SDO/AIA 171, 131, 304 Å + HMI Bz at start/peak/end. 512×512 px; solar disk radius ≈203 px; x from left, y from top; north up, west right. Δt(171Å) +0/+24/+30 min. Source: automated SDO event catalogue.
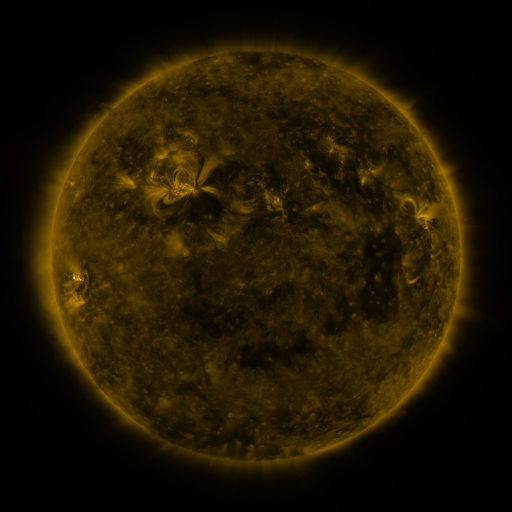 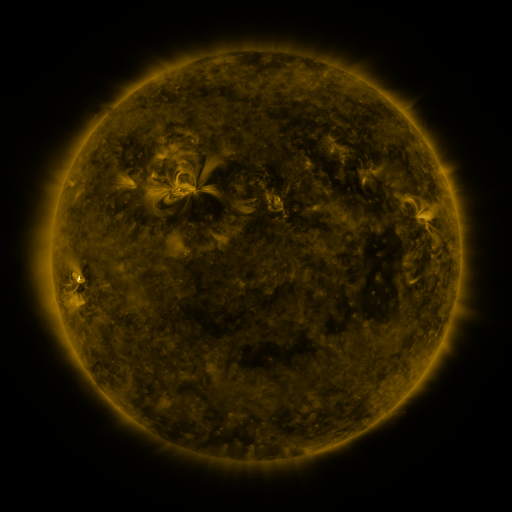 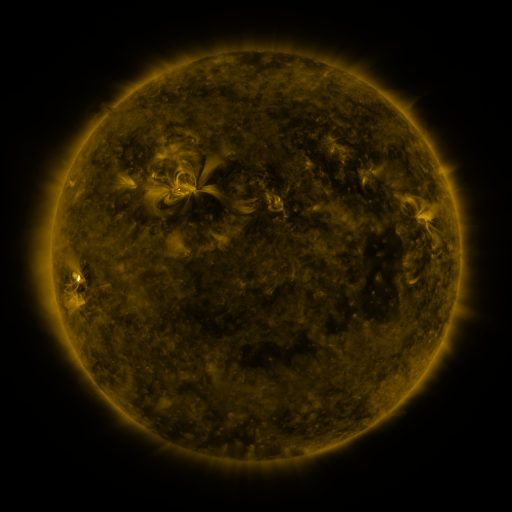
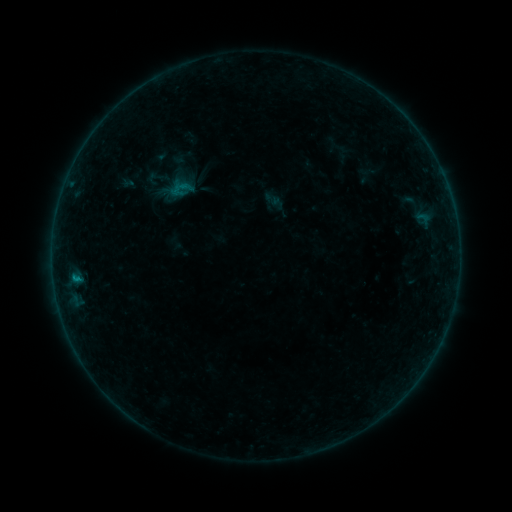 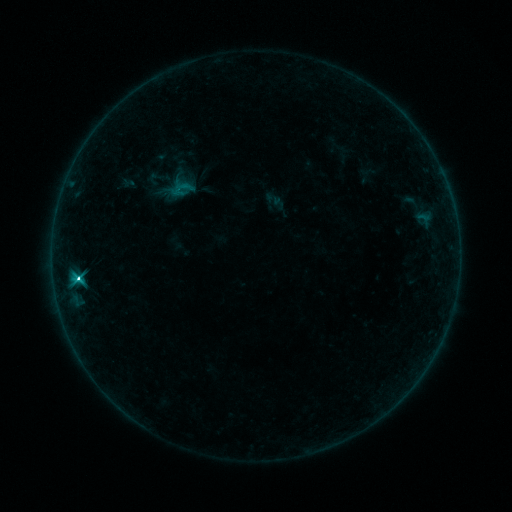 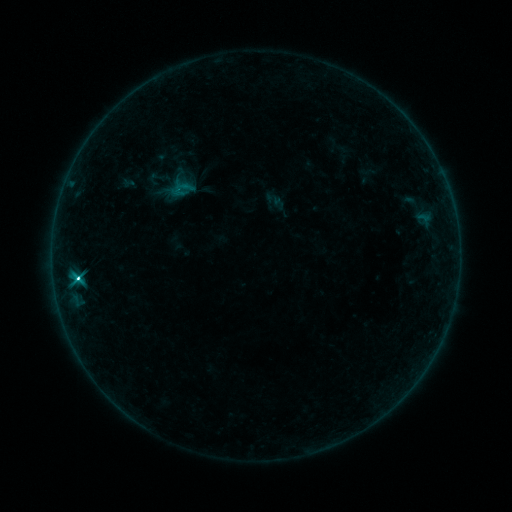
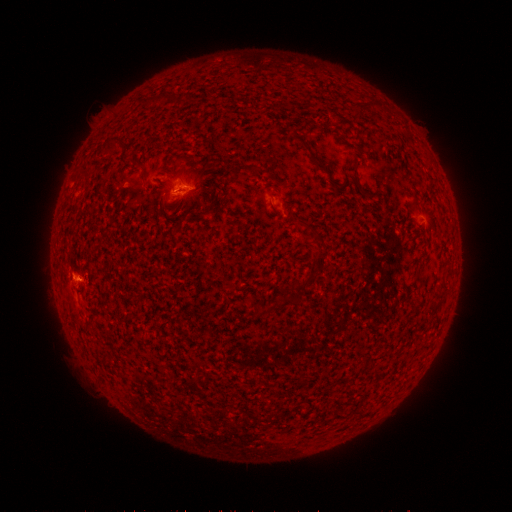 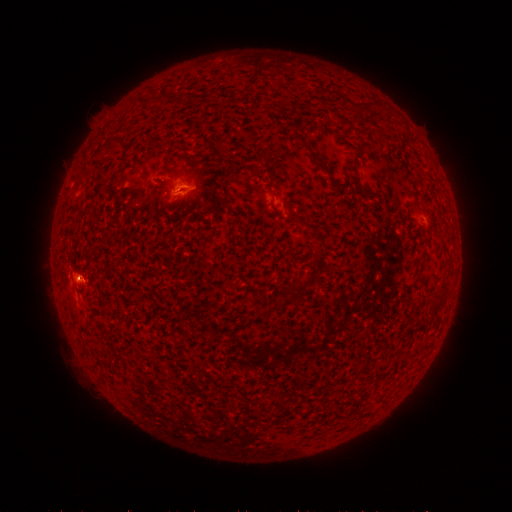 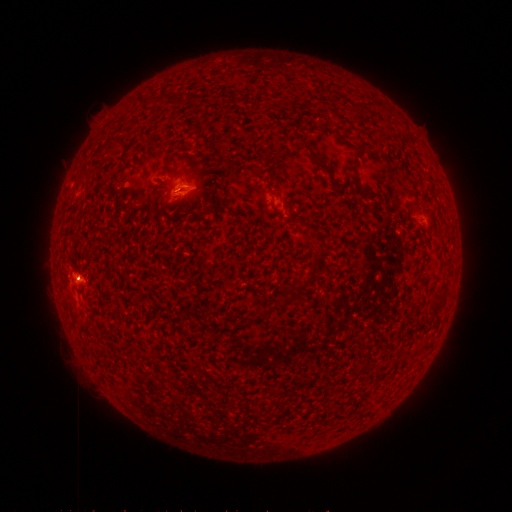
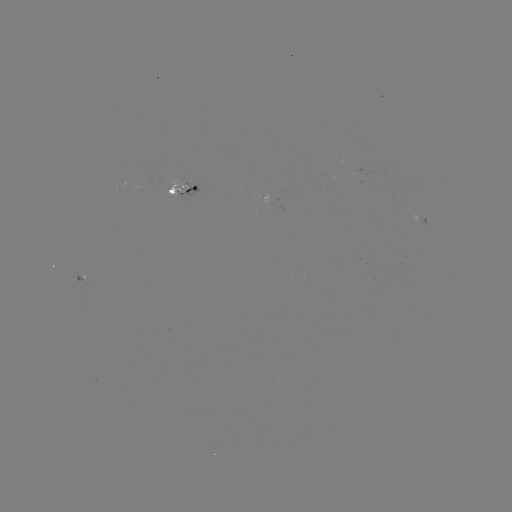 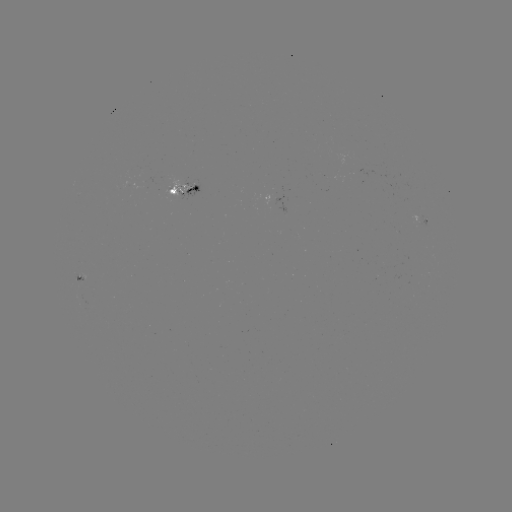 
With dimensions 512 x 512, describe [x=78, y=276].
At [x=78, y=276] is C5.1 flare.